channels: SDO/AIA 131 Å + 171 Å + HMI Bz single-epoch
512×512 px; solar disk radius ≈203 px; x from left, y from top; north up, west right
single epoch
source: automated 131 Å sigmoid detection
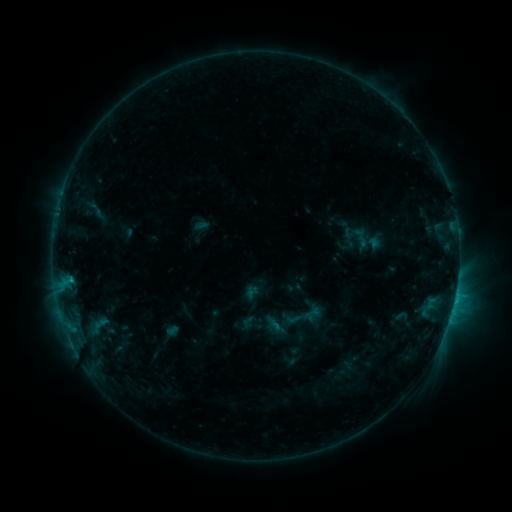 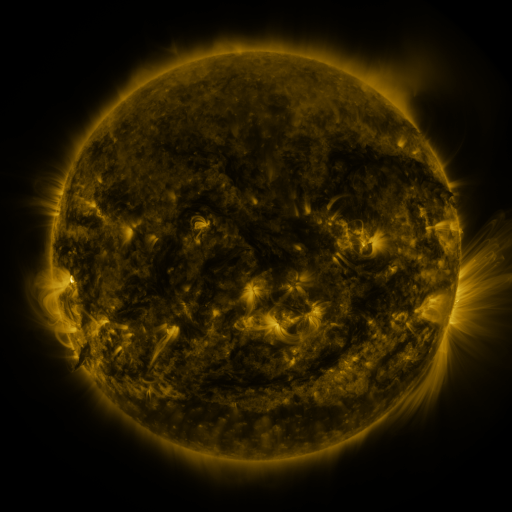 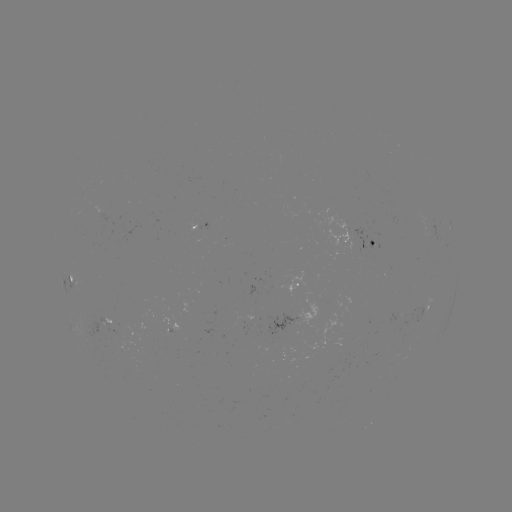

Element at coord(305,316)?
sigmoid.